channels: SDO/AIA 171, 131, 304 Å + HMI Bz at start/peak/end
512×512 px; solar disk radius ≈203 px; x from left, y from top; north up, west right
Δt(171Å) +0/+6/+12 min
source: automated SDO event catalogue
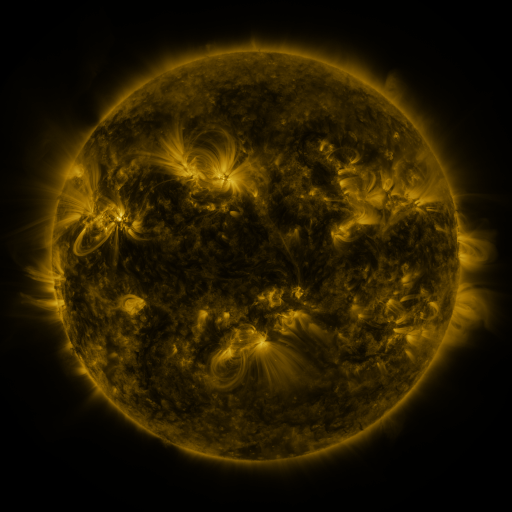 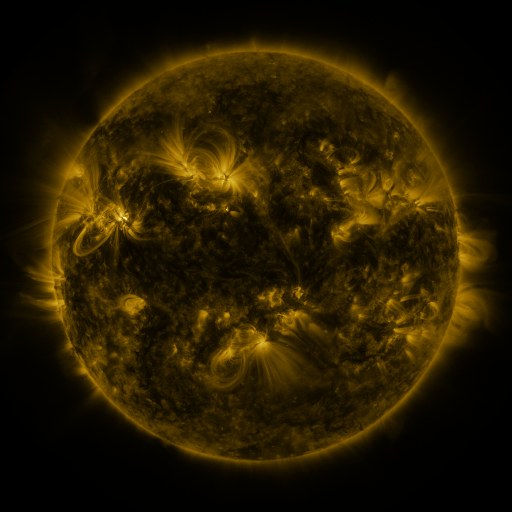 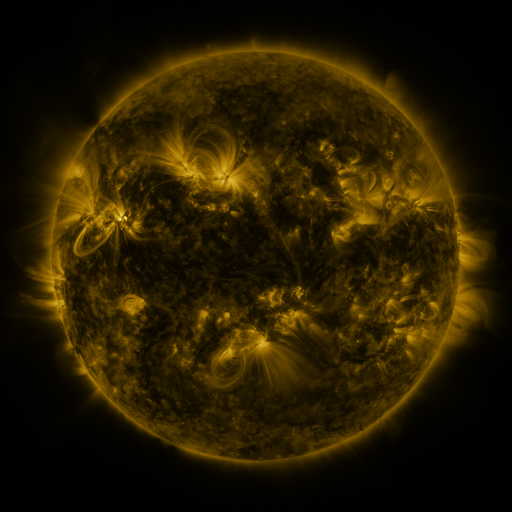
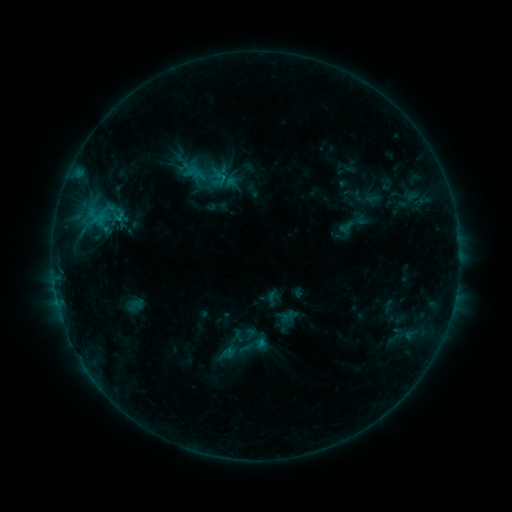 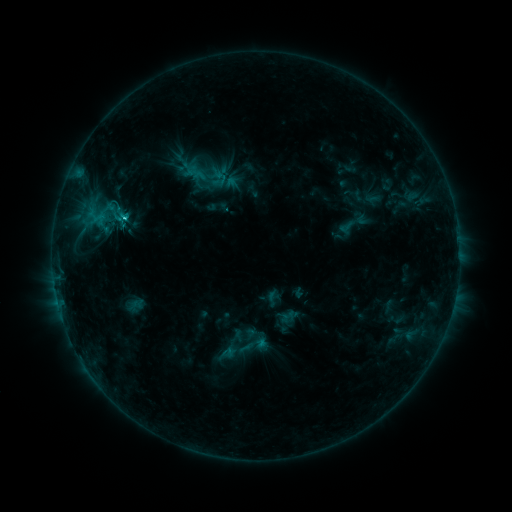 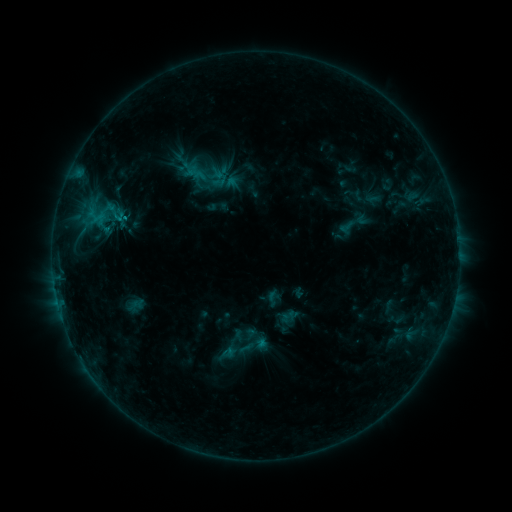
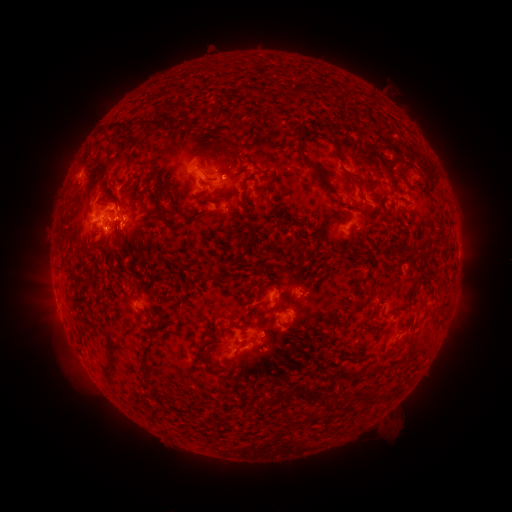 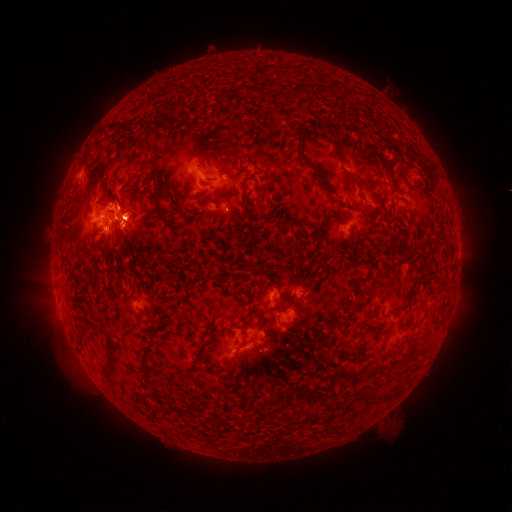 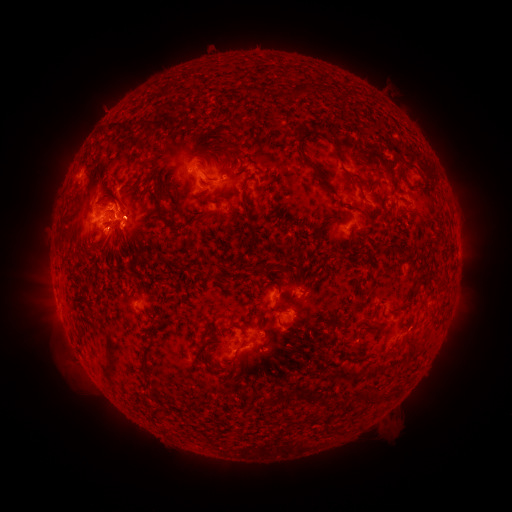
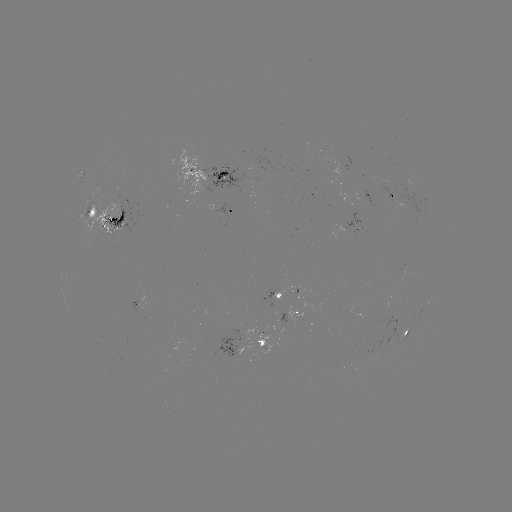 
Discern eruption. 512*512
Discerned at [57, 337].